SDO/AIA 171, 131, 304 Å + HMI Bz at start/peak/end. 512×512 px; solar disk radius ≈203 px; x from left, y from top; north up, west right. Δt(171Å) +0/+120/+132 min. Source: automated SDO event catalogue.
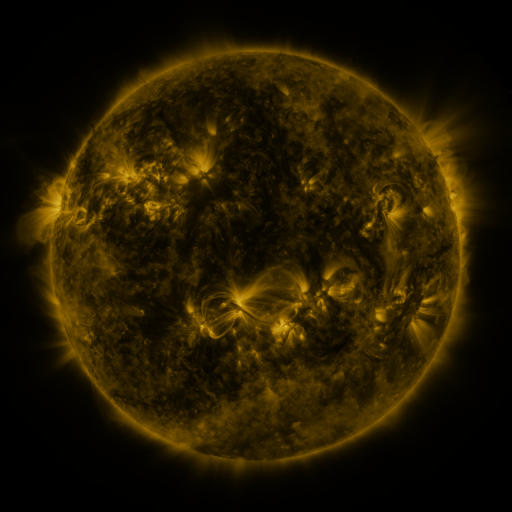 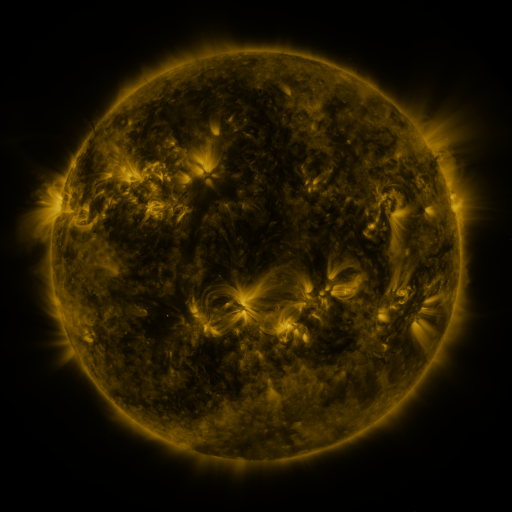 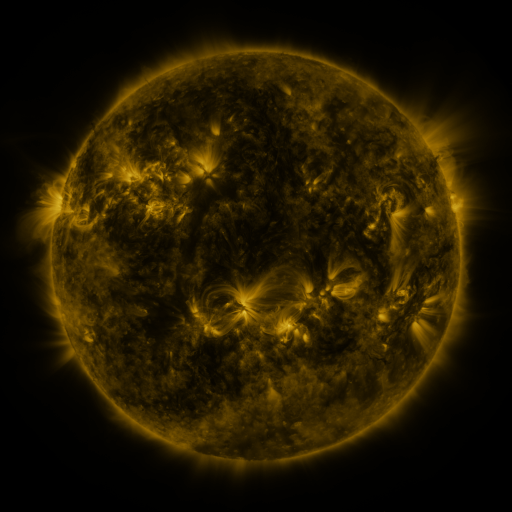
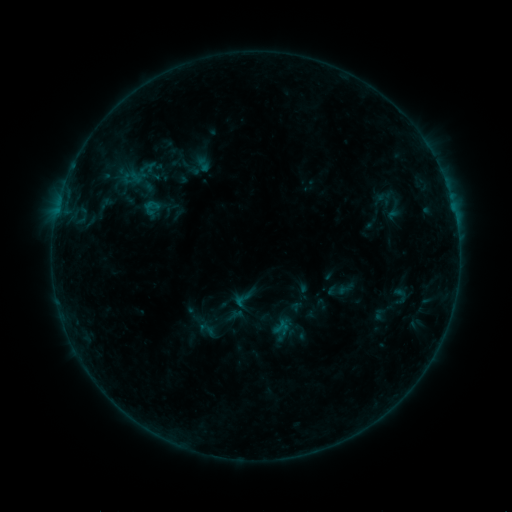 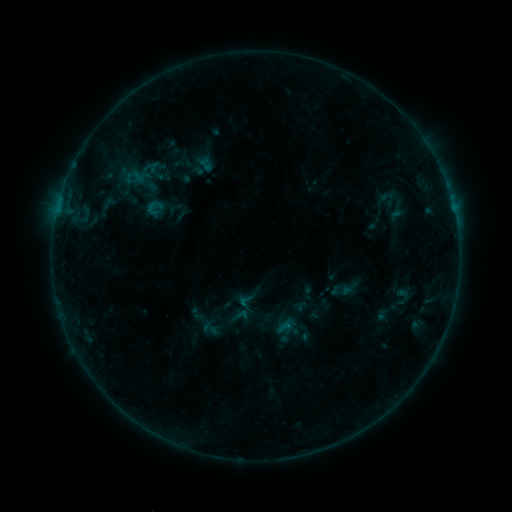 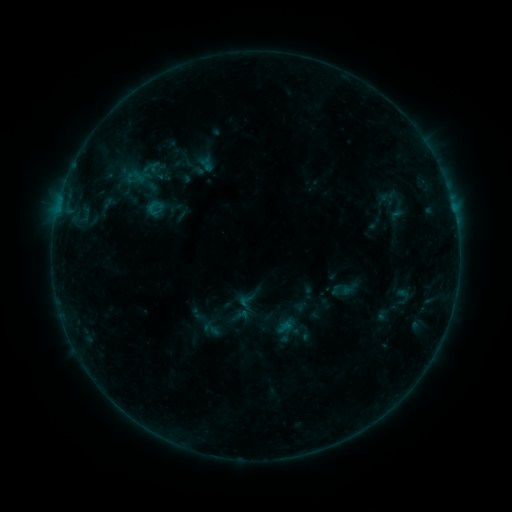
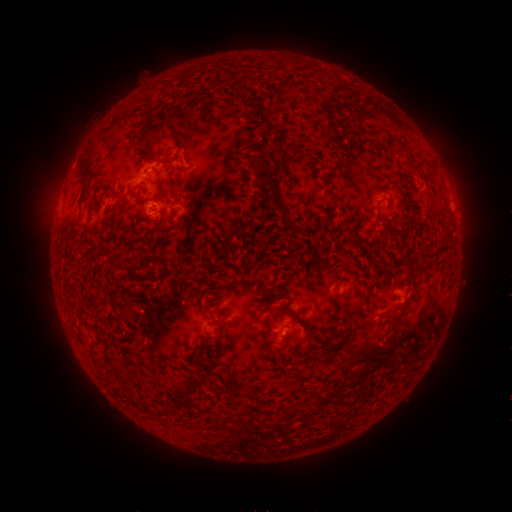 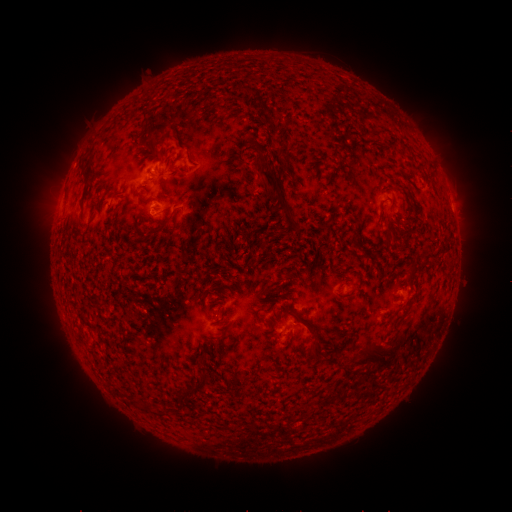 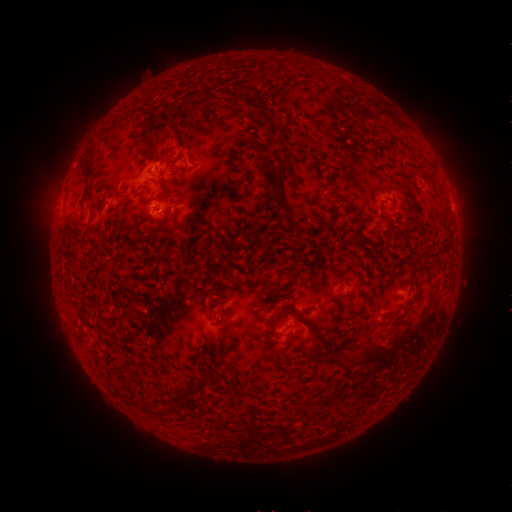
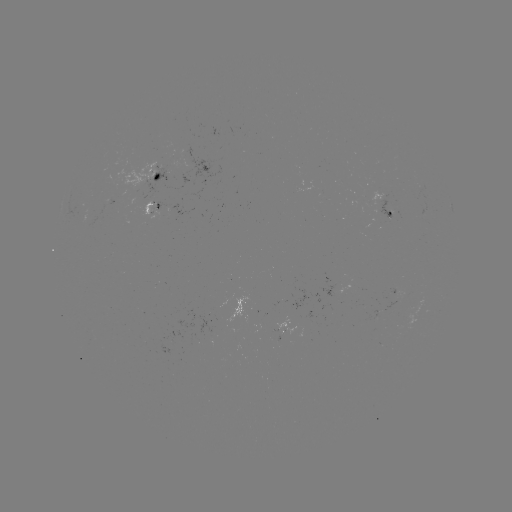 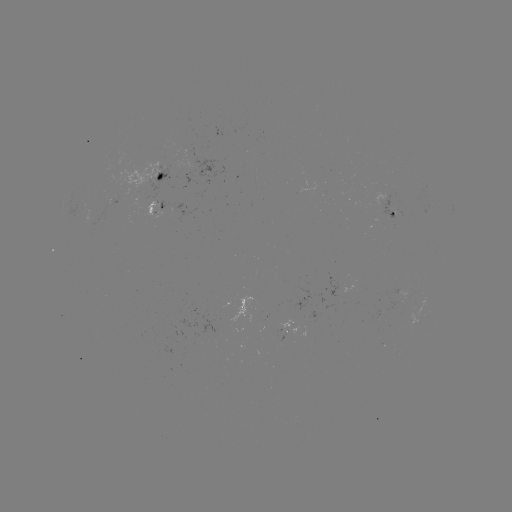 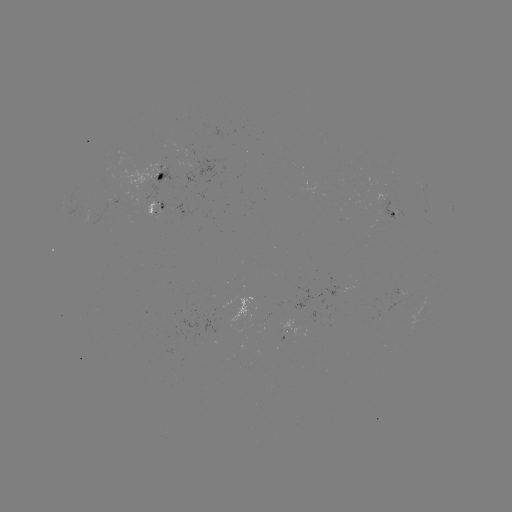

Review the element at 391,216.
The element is emerging-flux region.